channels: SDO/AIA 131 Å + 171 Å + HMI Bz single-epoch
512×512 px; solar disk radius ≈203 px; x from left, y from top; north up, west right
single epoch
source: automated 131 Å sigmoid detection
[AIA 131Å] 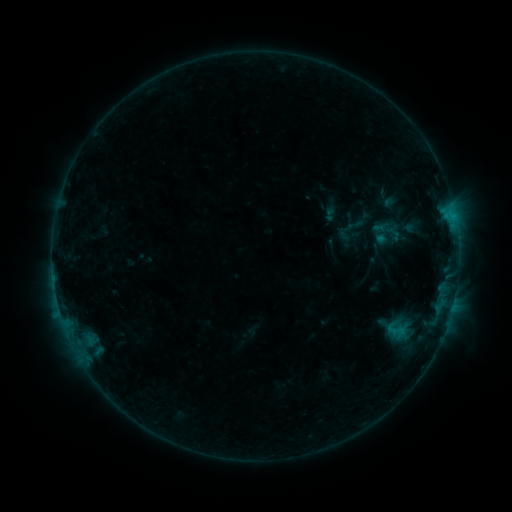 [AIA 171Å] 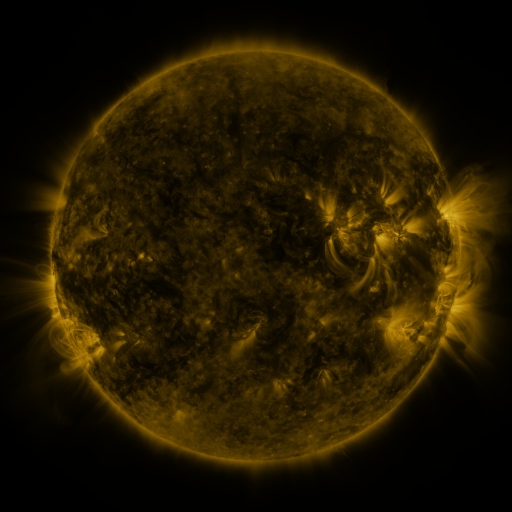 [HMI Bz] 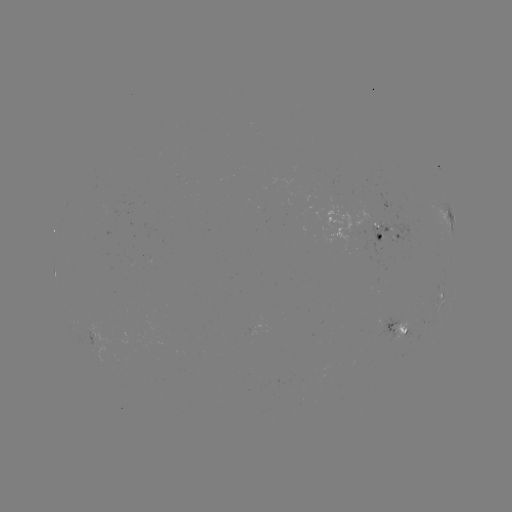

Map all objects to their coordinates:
sigmoid: <bbox>386, 320, 406, 340</bbox>
